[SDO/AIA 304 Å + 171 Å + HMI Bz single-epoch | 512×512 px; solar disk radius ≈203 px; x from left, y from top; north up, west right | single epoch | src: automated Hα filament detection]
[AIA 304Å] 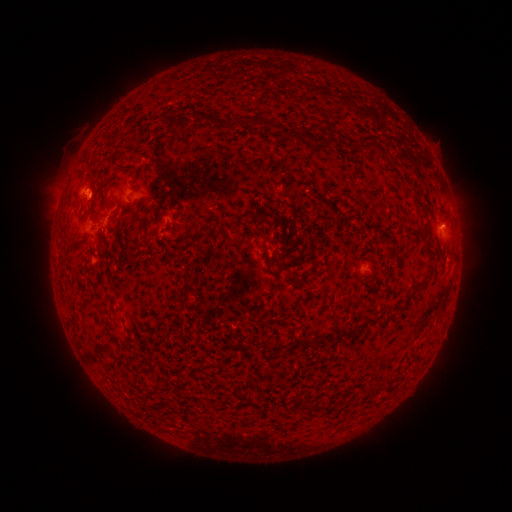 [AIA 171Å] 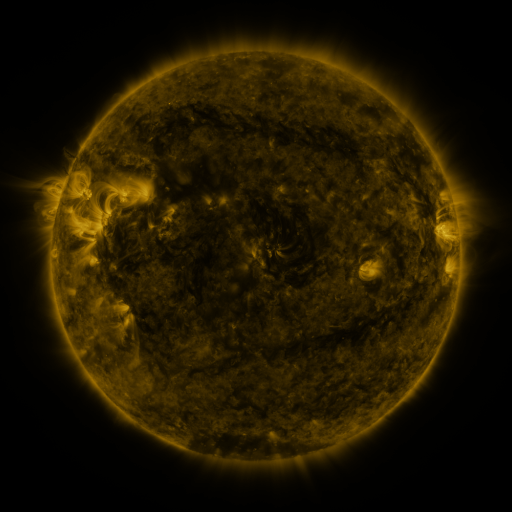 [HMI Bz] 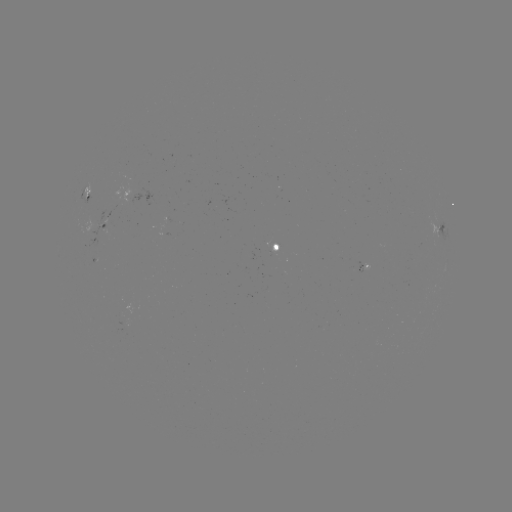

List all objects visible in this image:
filament: (194, 117)
filament: (223, 125)
filament: (296, 136)
filament: (308, 138)
filament: (328, 142)
filament: (383, 151)
filament: (263, 232)
filament: (427, 238)
filament: (70, 239)
filament: (426, 275)
filament: (181, 306)
filament: (316, 343)
